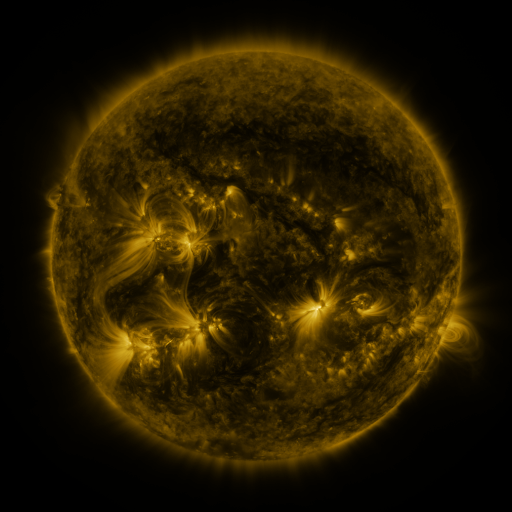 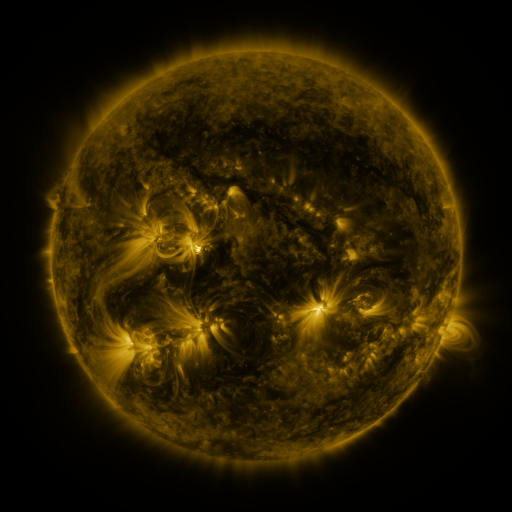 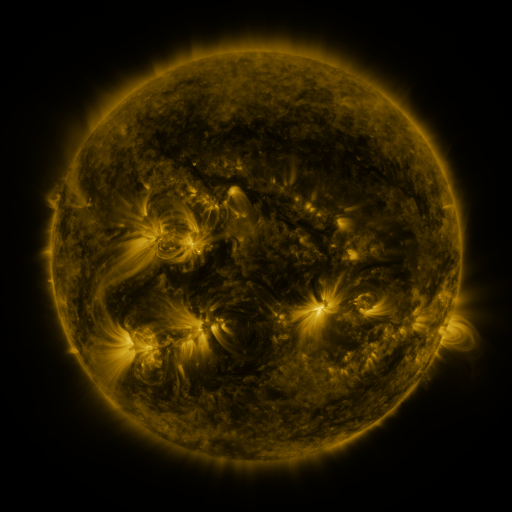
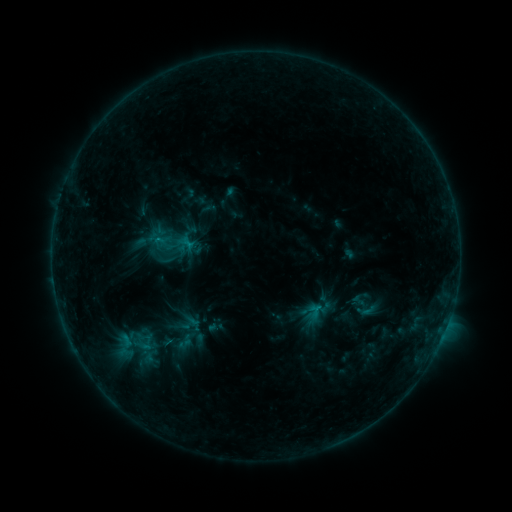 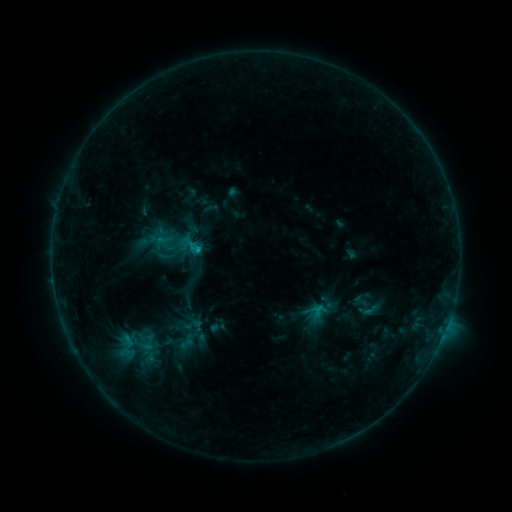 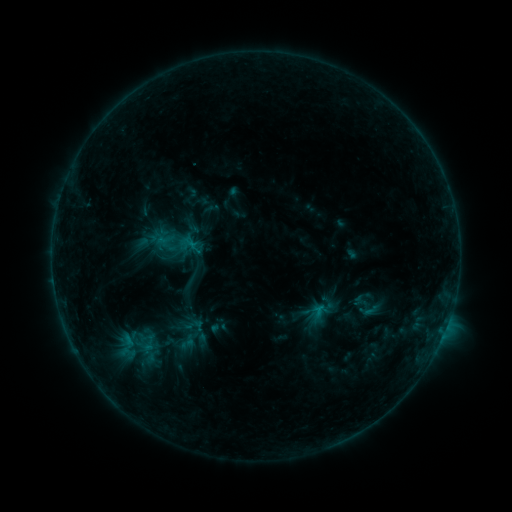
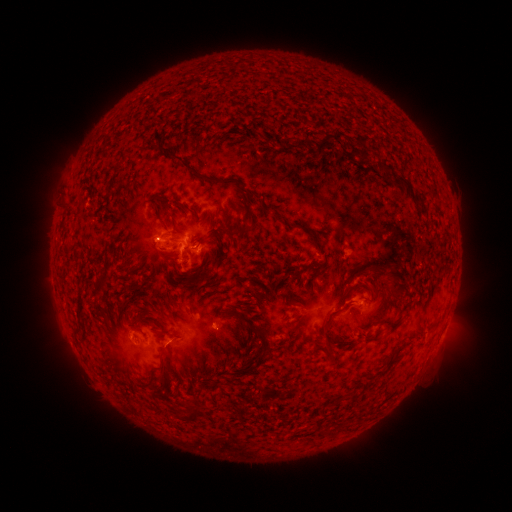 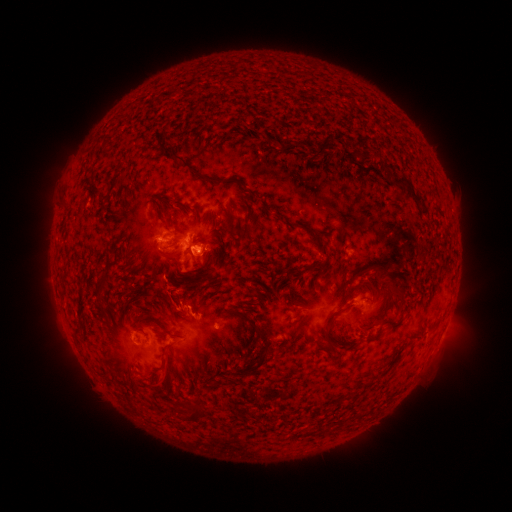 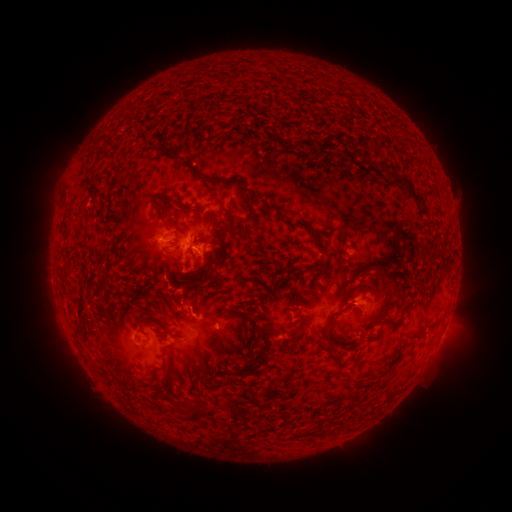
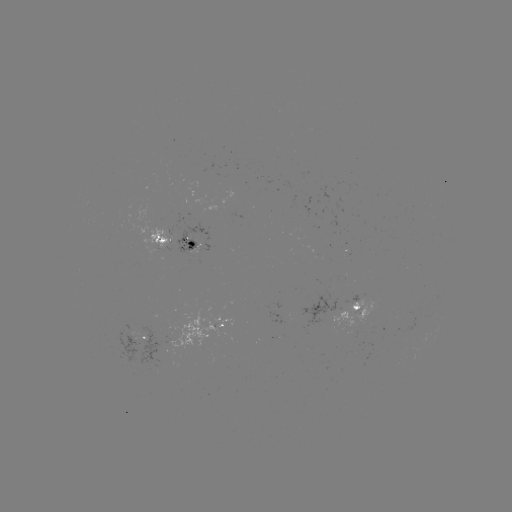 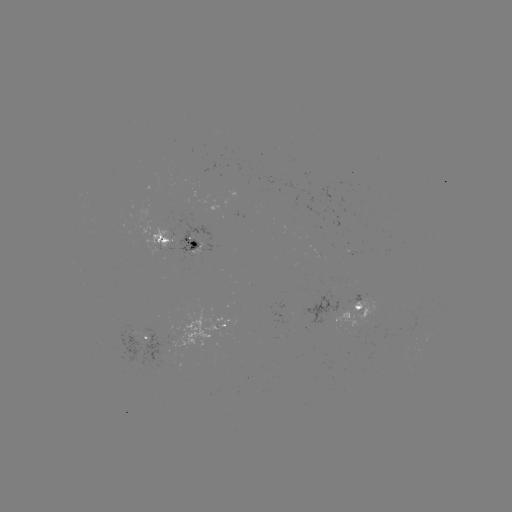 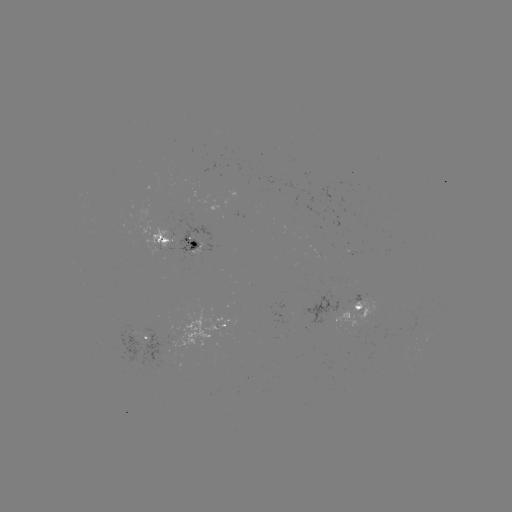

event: emerging-flux region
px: (286, 308)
